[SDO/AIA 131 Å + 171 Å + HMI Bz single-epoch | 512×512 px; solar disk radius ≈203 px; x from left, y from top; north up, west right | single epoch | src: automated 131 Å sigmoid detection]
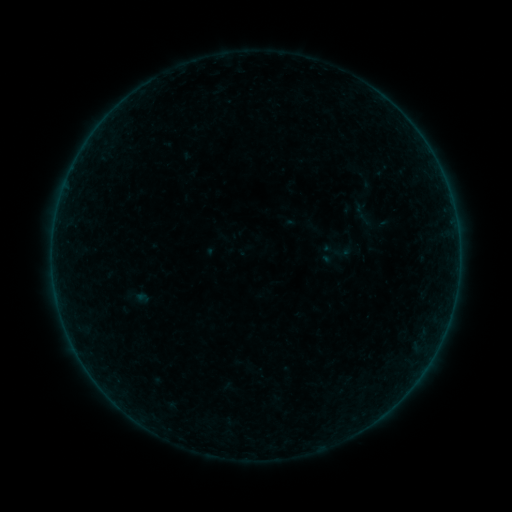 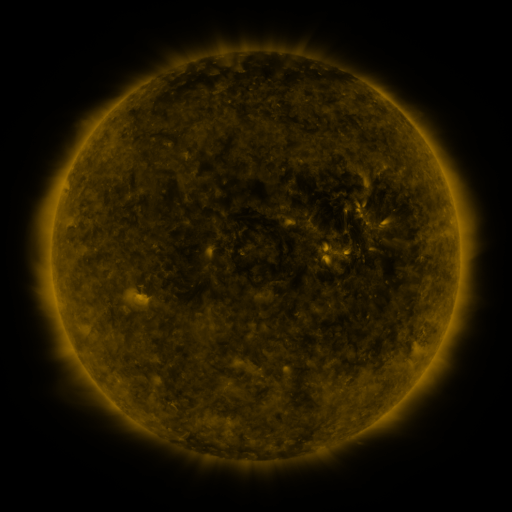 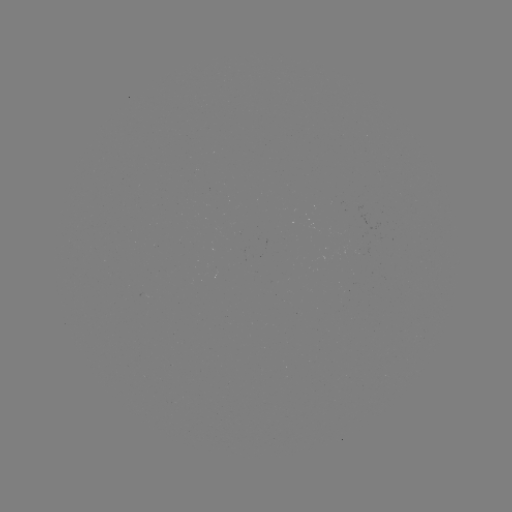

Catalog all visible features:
sigmoid: <bbox>319, 231, 359, 268</bbox>
